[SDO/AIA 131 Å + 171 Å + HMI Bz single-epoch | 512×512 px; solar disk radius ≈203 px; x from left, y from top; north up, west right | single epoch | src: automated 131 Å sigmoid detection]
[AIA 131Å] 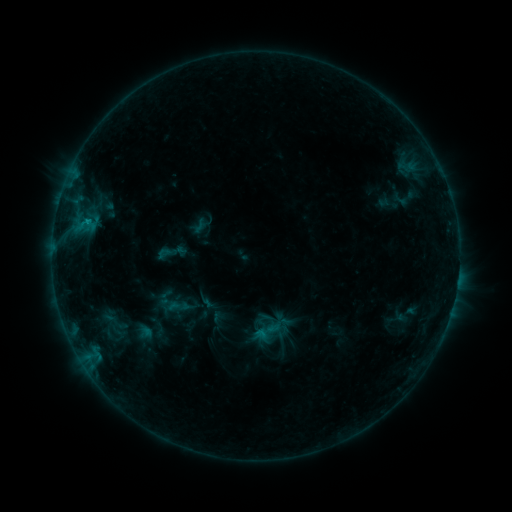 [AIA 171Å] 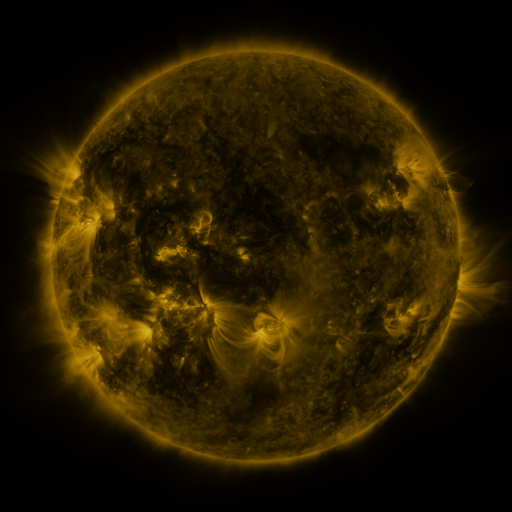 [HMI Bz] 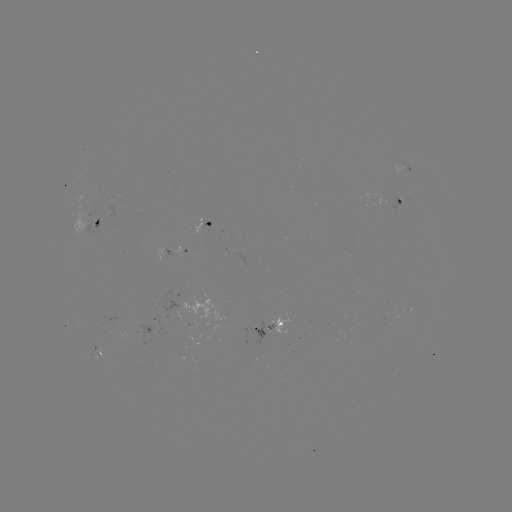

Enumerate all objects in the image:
sigmoid: (171, 252)
sigmoid: (179, 306)
